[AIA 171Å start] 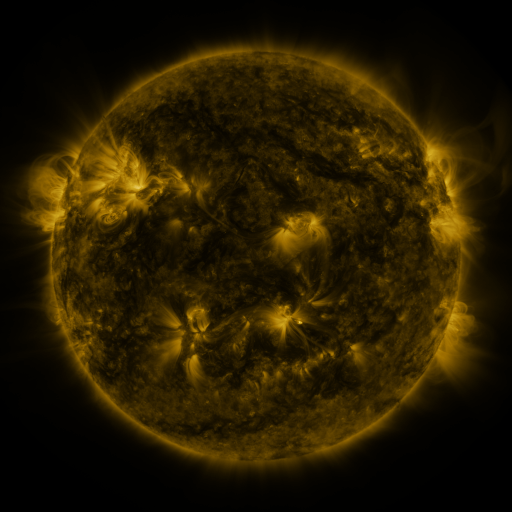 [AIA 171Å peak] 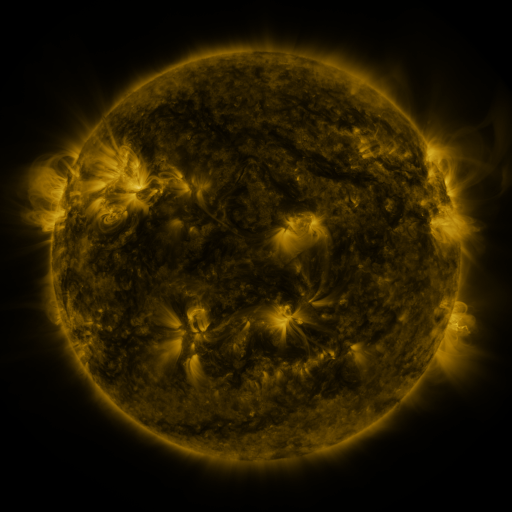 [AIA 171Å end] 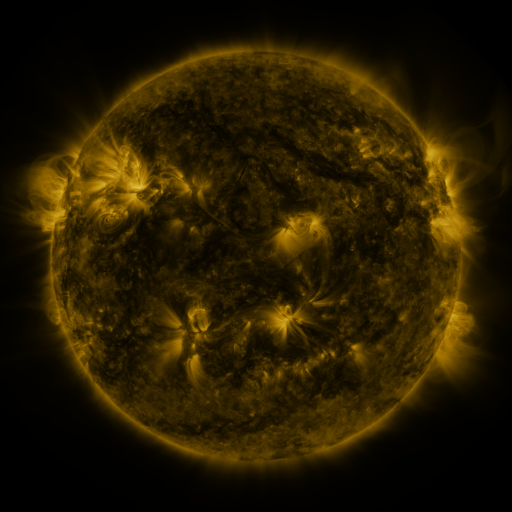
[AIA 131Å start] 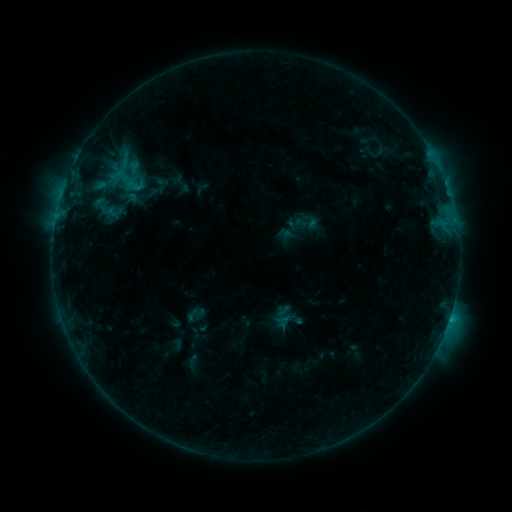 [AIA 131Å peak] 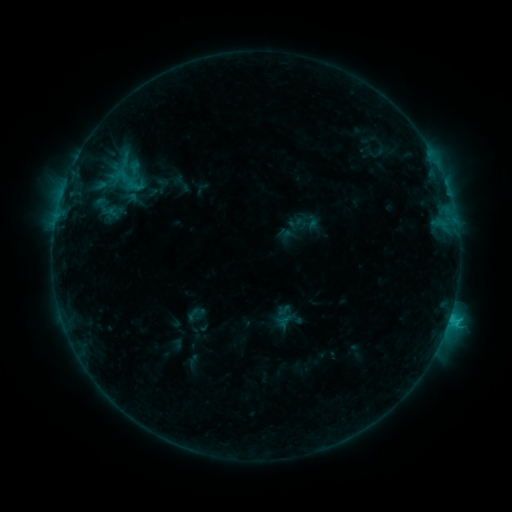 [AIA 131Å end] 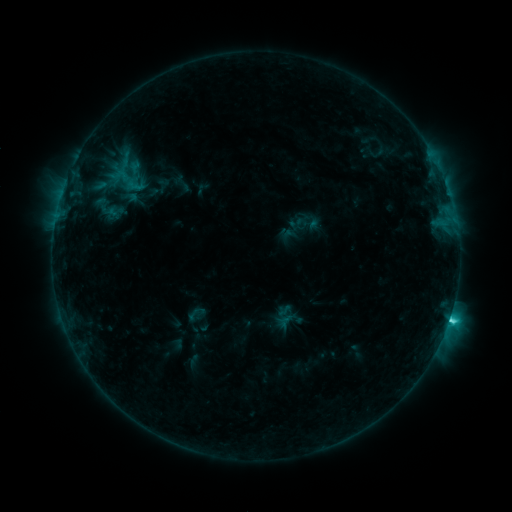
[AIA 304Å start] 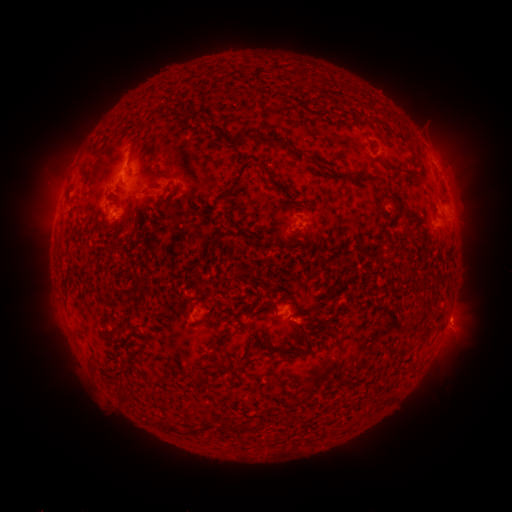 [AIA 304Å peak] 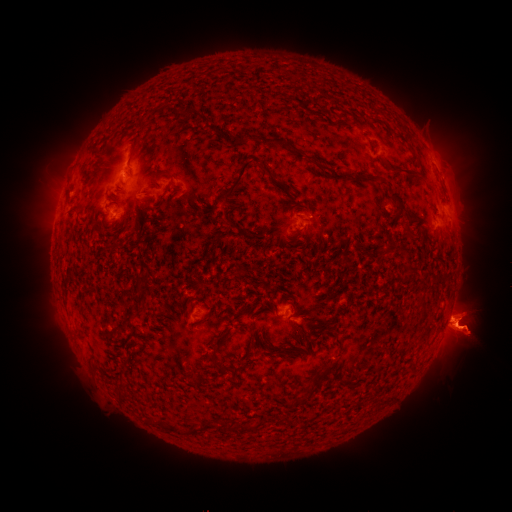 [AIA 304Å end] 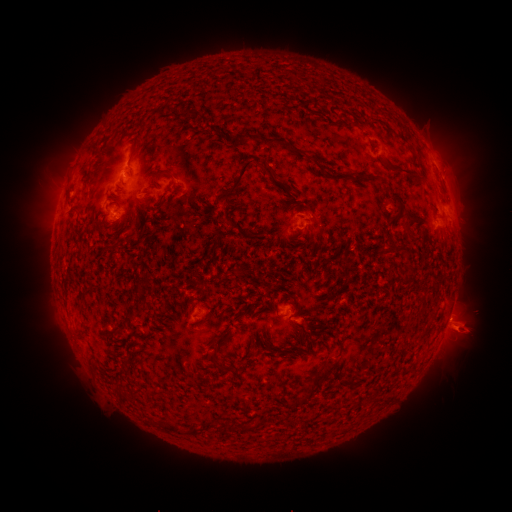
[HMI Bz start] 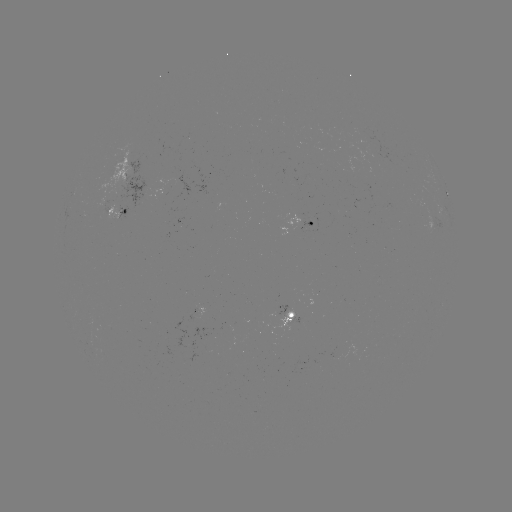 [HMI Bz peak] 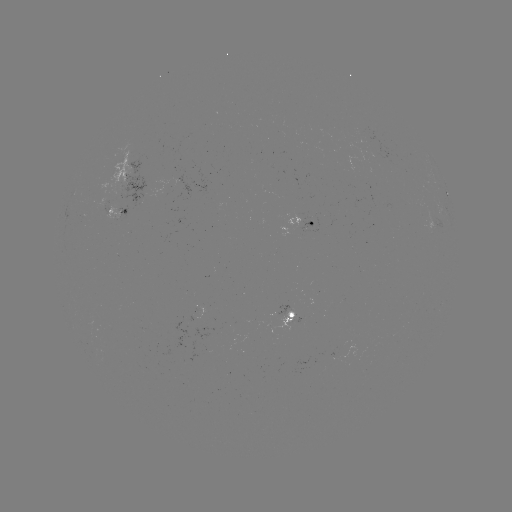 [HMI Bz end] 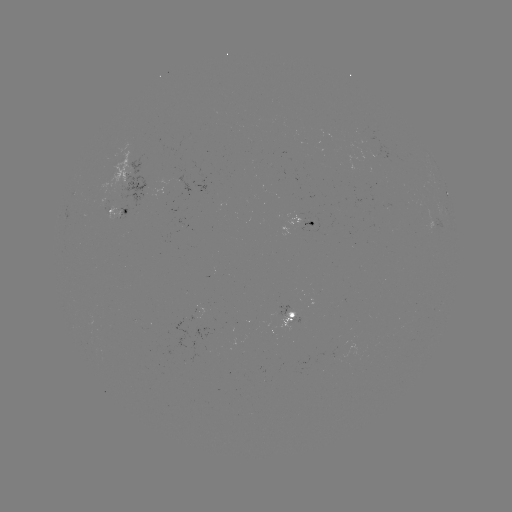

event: eruption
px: (463, 322)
